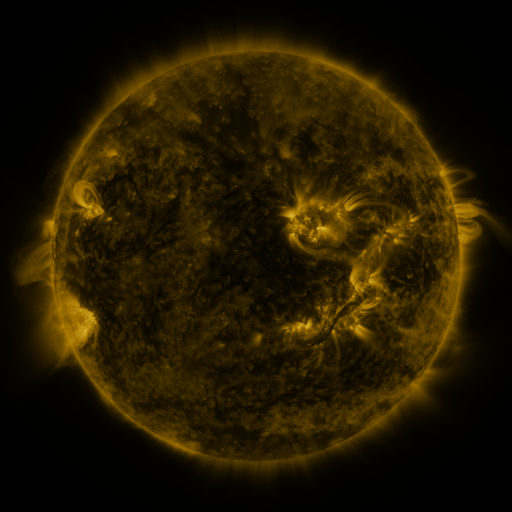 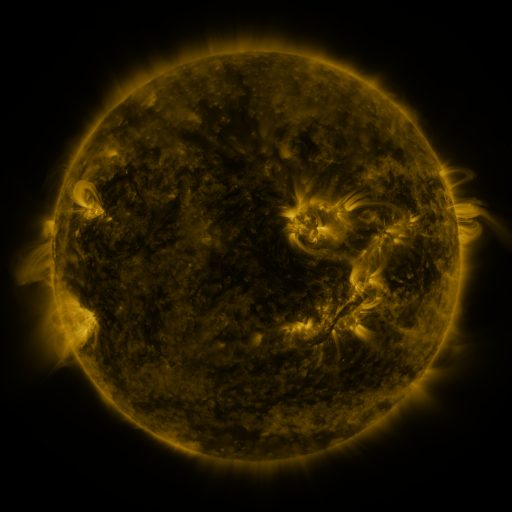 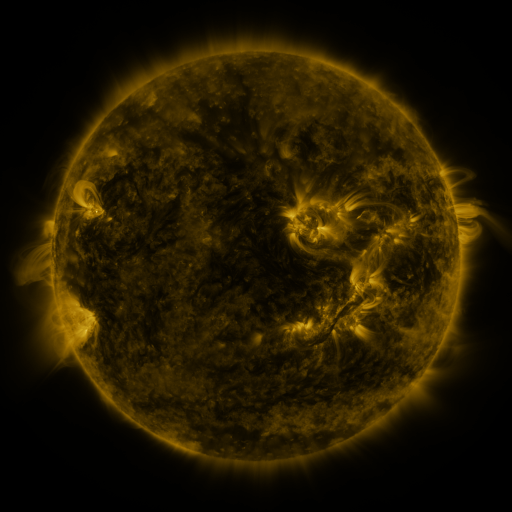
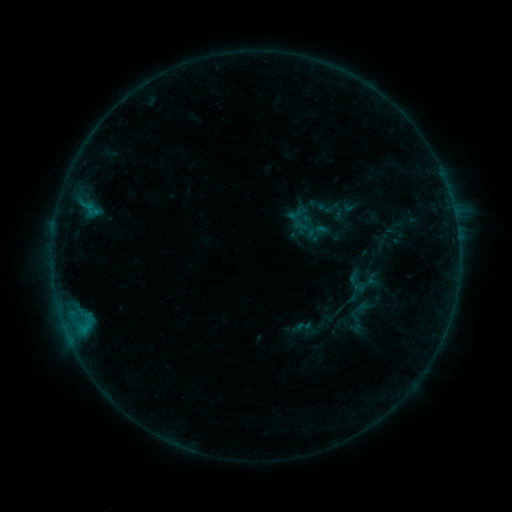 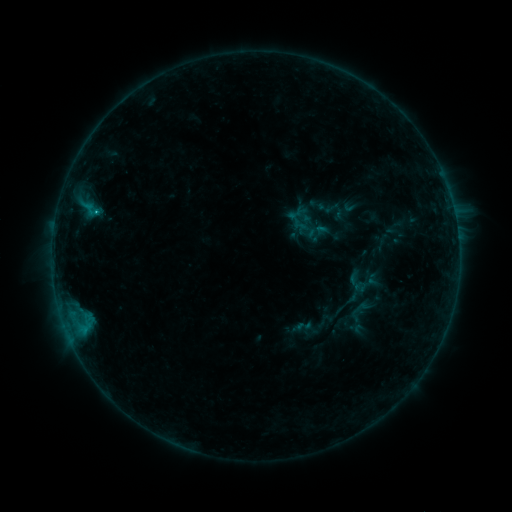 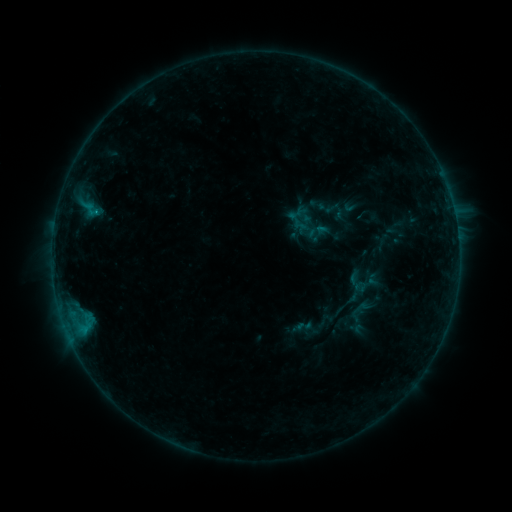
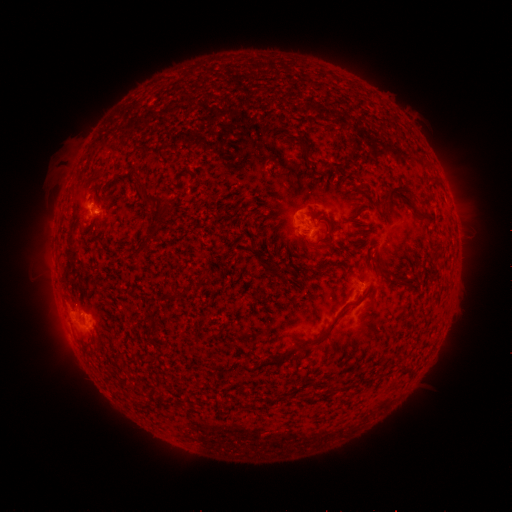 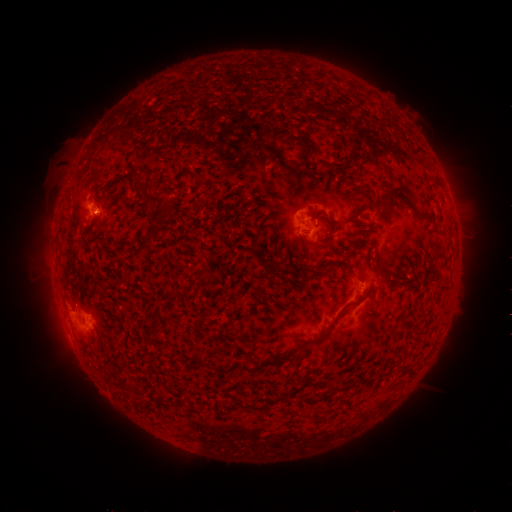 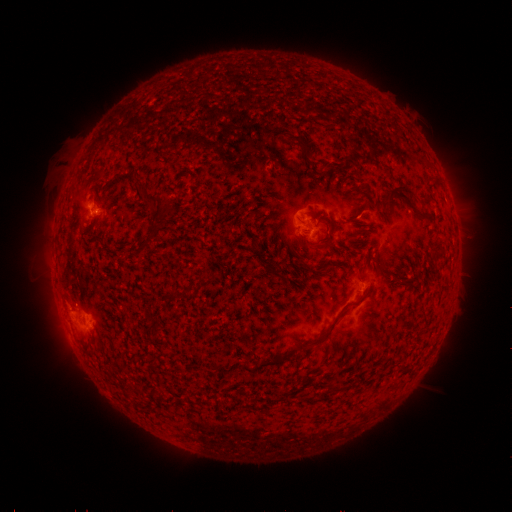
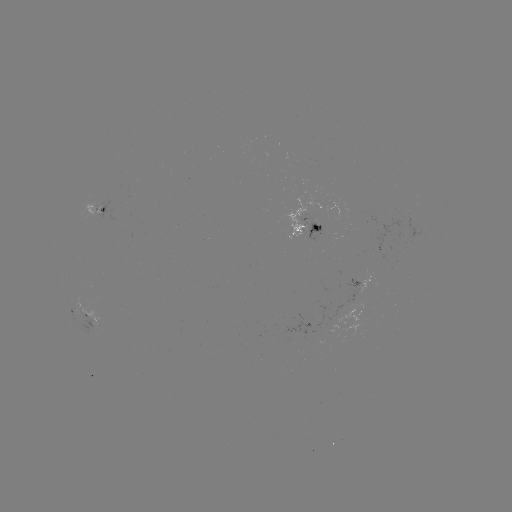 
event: flare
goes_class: B5.3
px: (96, 215)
